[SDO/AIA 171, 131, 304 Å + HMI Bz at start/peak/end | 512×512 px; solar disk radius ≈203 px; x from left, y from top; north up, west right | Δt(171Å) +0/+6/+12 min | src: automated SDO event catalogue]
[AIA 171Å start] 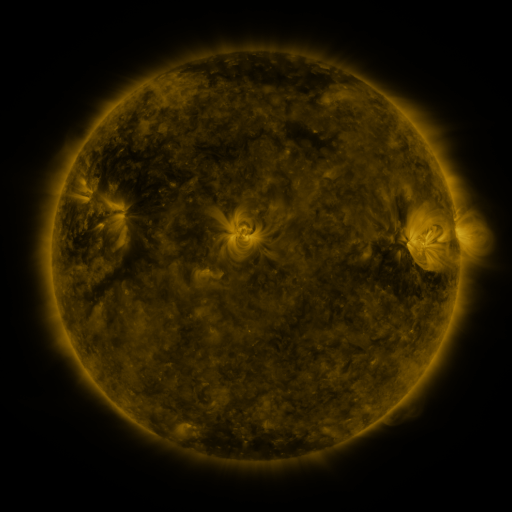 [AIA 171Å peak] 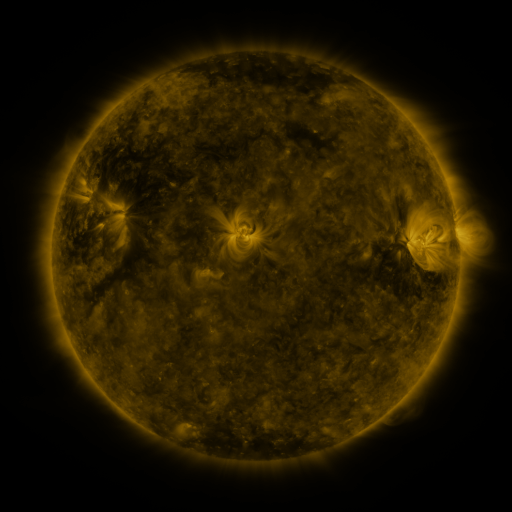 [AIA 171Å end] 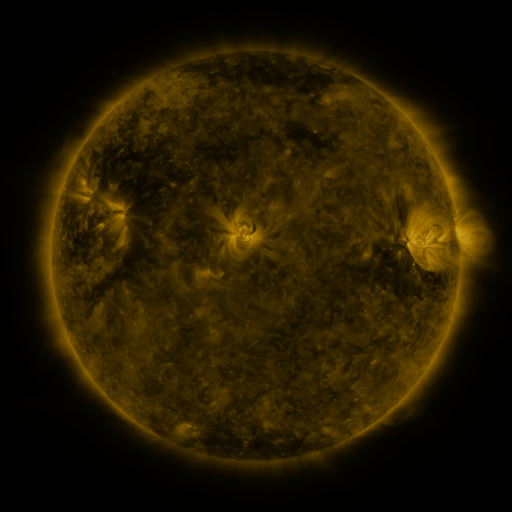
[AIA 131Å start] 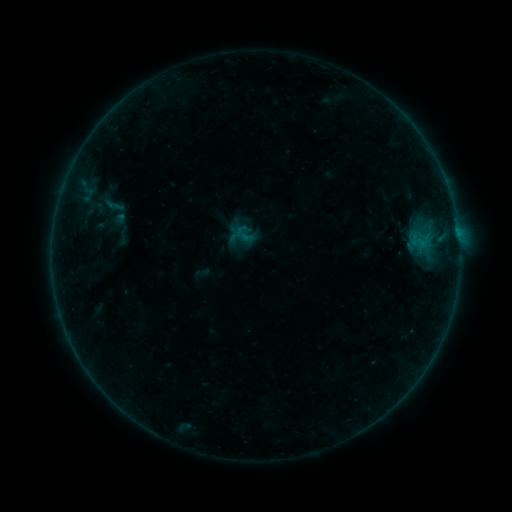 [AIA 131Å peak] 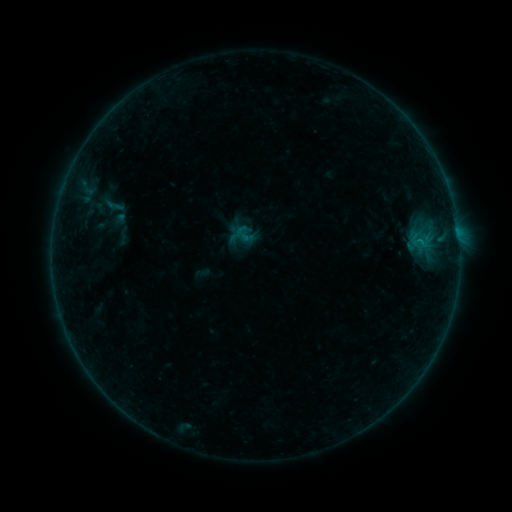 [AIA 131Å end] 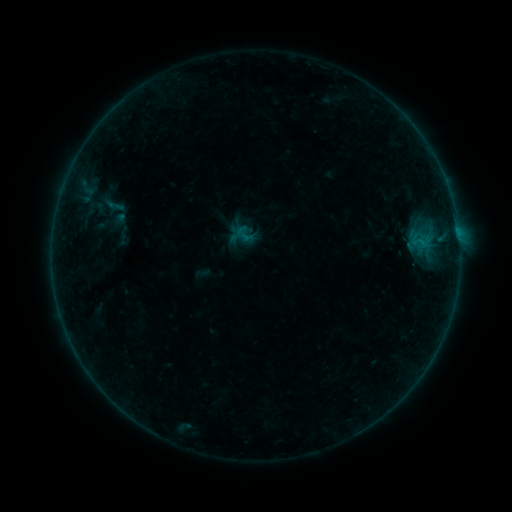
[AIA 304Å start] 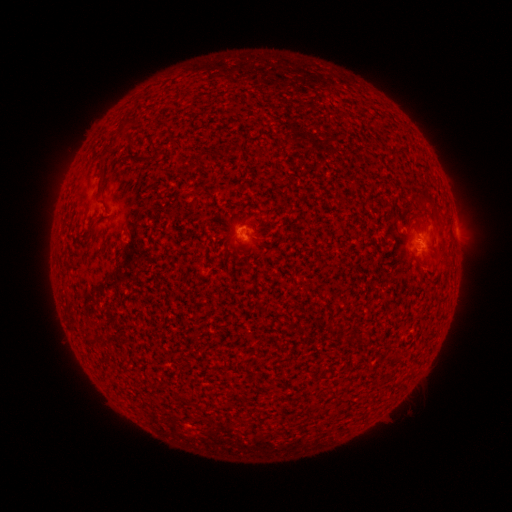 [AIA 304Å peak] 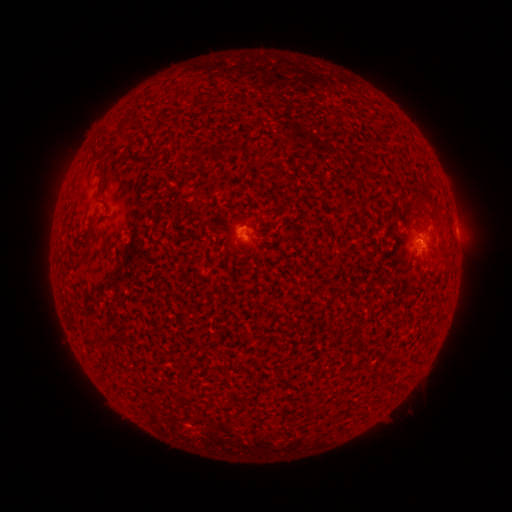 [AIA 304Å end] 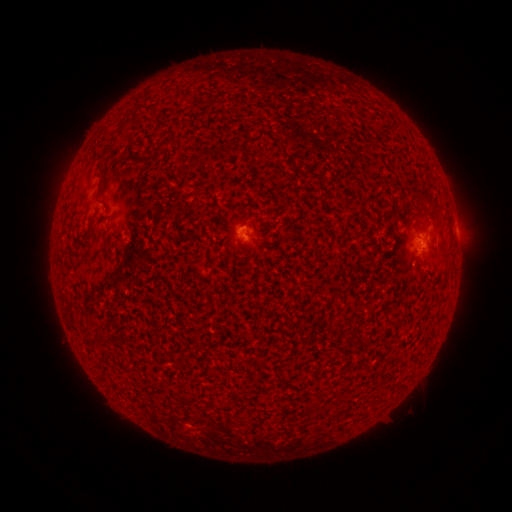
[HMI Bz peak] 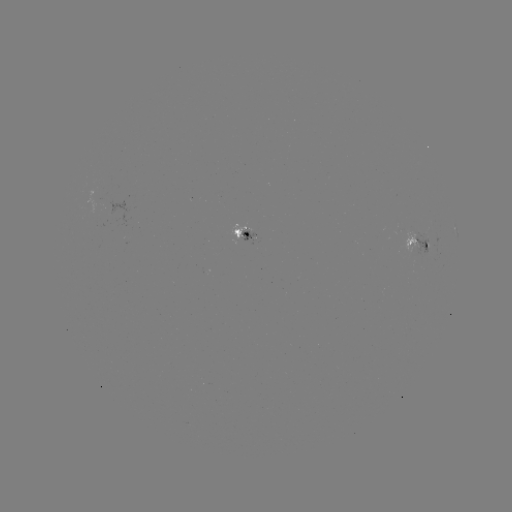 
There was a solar flare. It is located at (245, 234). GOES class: B1.4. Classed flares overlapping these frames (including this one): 1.